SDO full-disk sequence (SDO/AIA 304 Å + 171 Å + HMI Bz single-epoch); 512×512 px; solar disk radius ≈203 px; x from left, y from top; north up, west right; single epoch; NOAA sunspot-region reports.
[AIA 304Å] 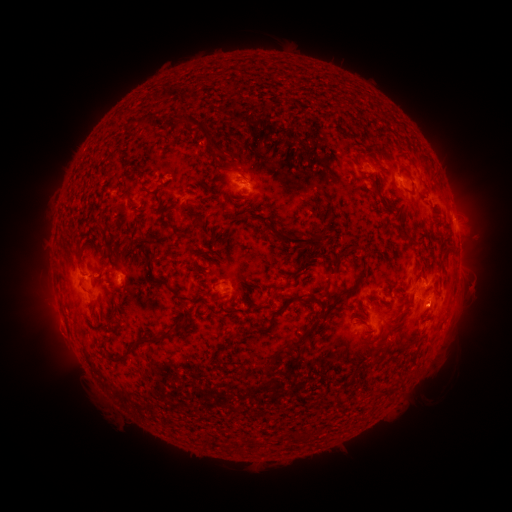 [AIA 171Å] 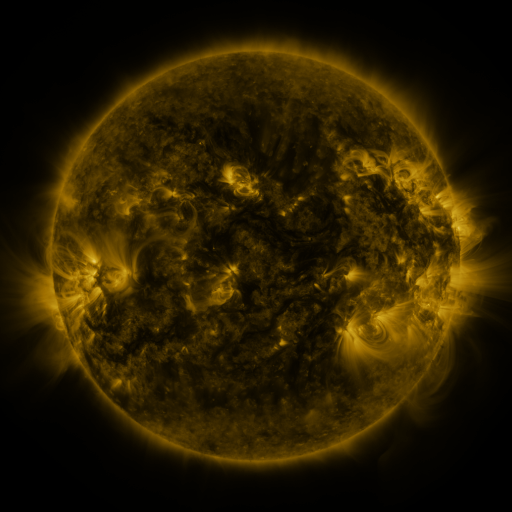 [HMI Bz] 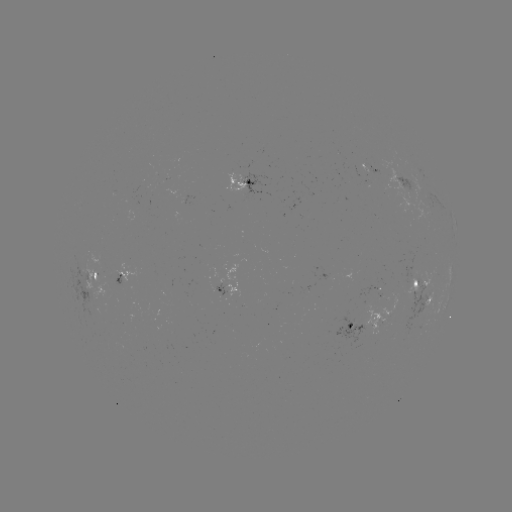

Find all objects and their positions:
spotted active region: (371, 170)
spotted active region: (249, 178)
spotted active region: (408, 184)
spotted active region: (124, 271)
spotted active region: (100, 275)
spotted active region: (419, 283)
spotted active region: (232, 294)
spotted active region: (429, 303)
spotted active region: (369, 323)
